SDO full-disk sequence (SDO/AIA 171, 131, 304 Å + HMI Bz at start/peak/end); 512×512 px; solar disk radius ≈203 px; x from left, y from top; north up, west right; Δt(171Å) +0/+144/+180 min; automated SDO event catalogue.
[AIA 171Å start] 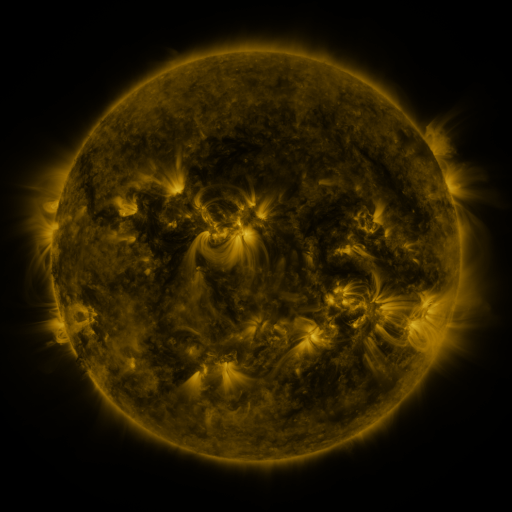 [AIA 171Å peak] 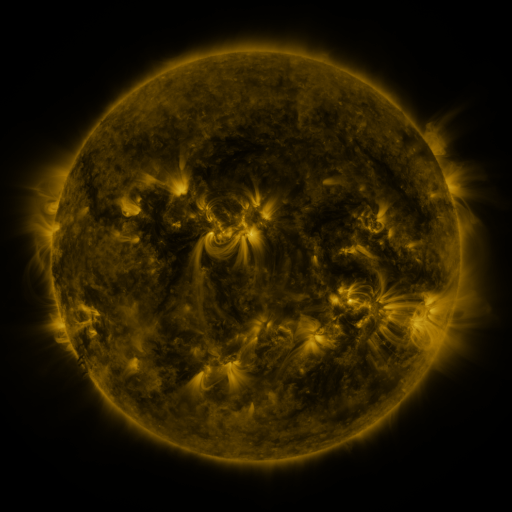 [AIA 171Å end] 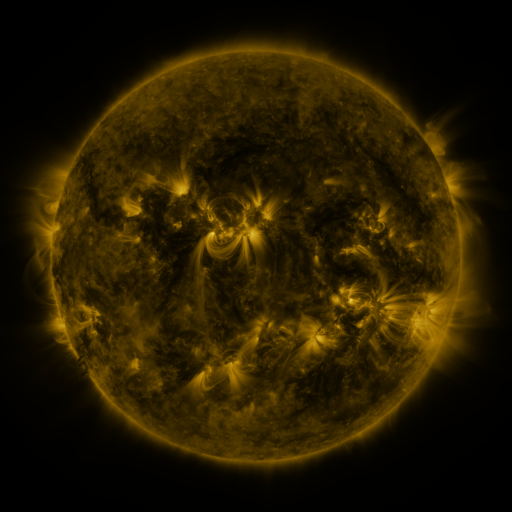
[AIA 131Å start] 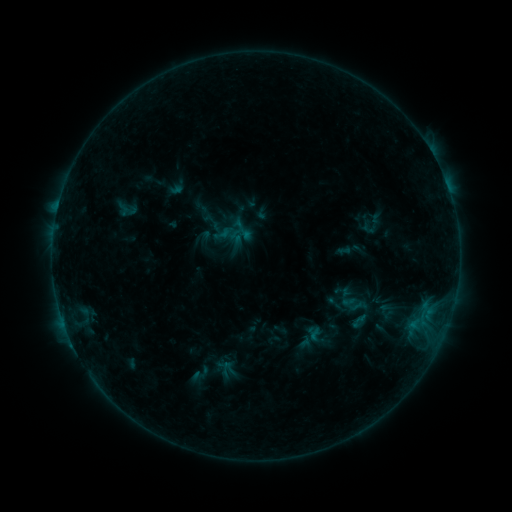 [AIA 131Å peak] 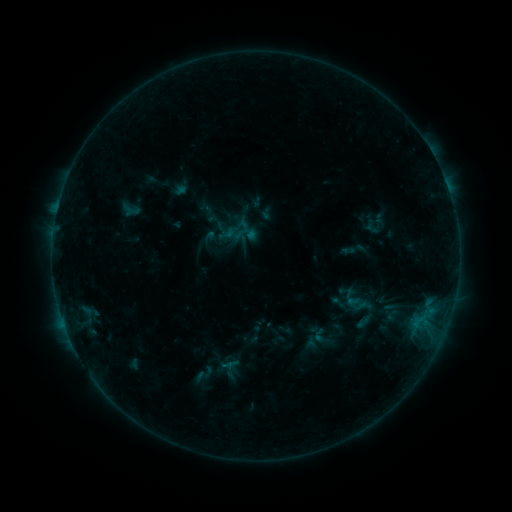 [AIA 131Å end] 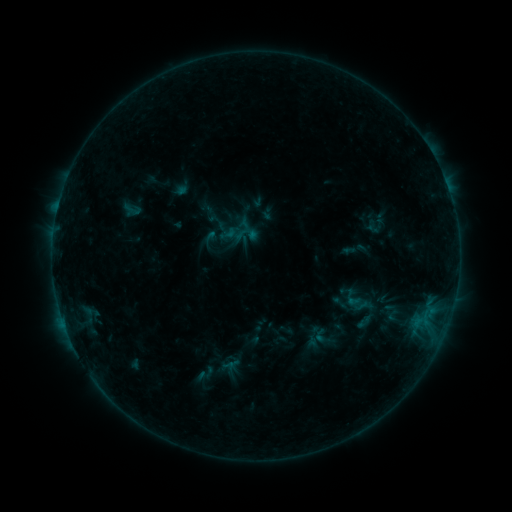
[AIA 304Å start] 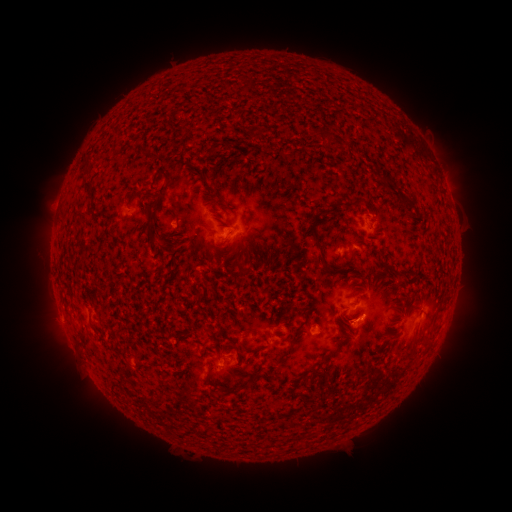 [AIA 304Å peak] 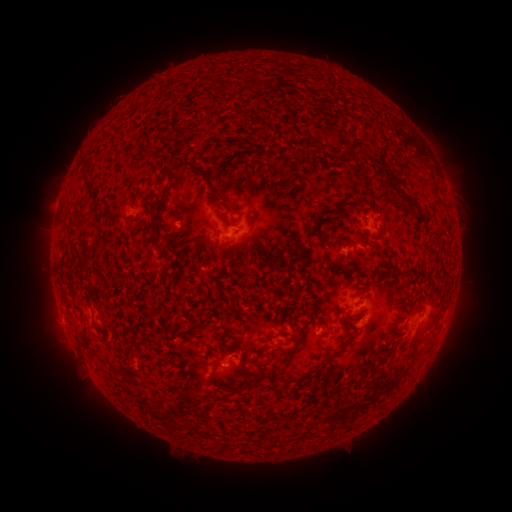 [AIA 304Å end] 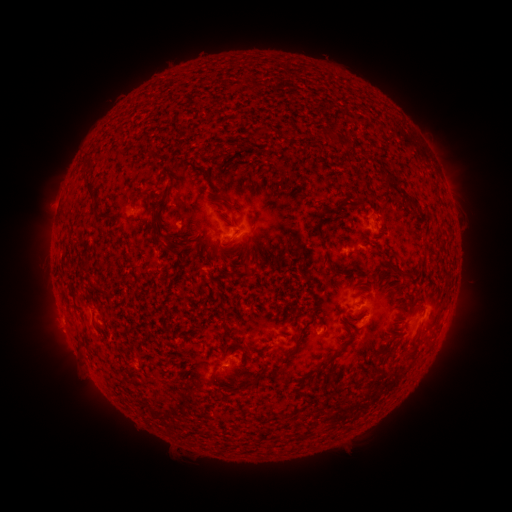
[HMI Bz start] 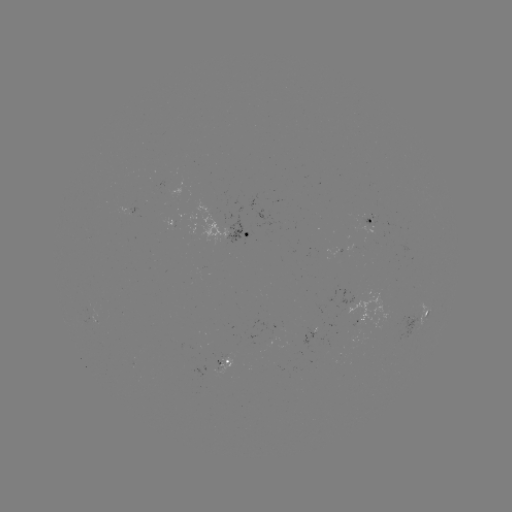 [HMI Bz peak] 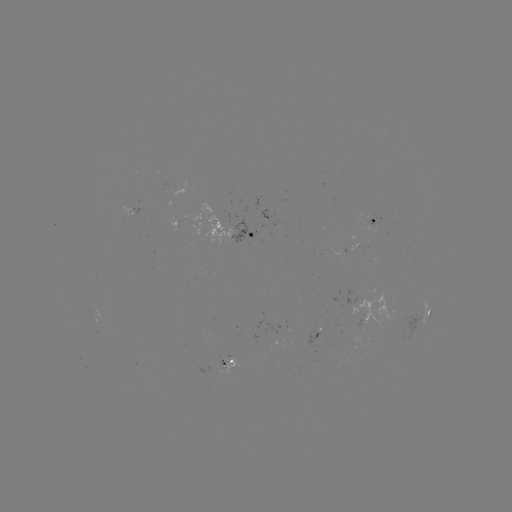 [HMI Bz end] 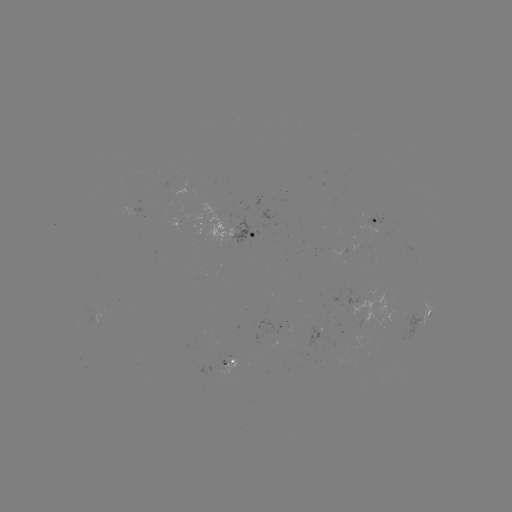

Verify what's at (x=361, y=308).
emerging-flux region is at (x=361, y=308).